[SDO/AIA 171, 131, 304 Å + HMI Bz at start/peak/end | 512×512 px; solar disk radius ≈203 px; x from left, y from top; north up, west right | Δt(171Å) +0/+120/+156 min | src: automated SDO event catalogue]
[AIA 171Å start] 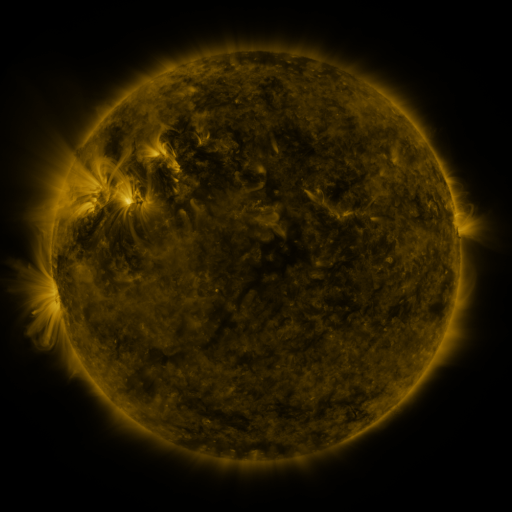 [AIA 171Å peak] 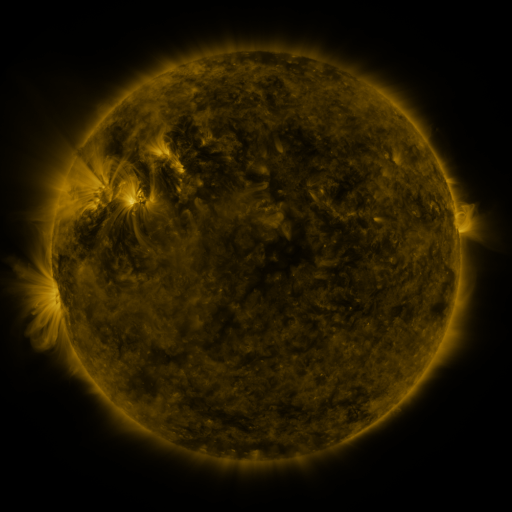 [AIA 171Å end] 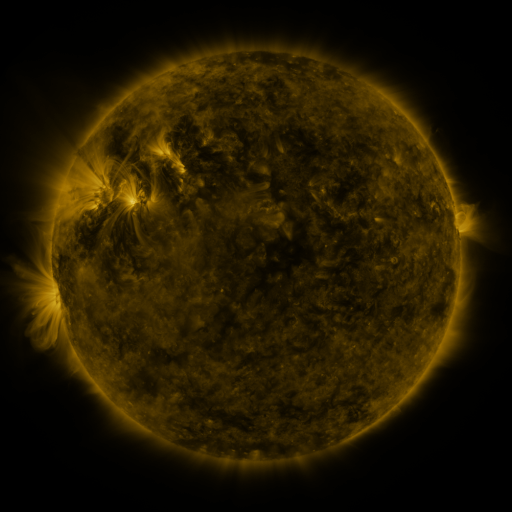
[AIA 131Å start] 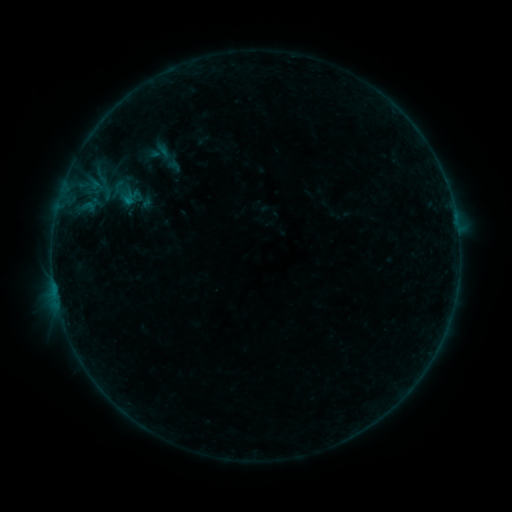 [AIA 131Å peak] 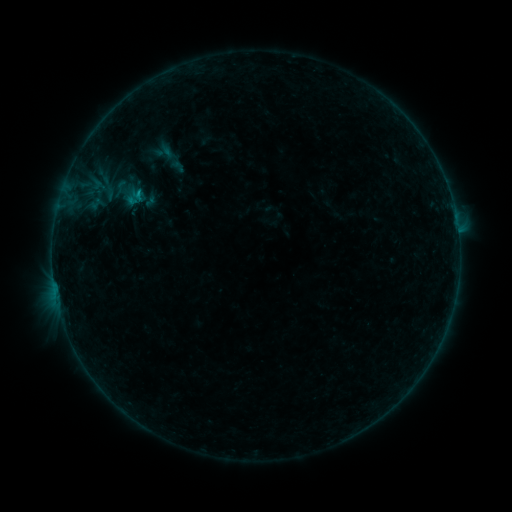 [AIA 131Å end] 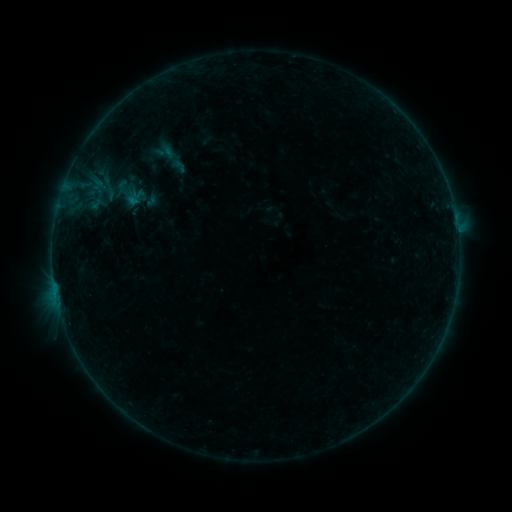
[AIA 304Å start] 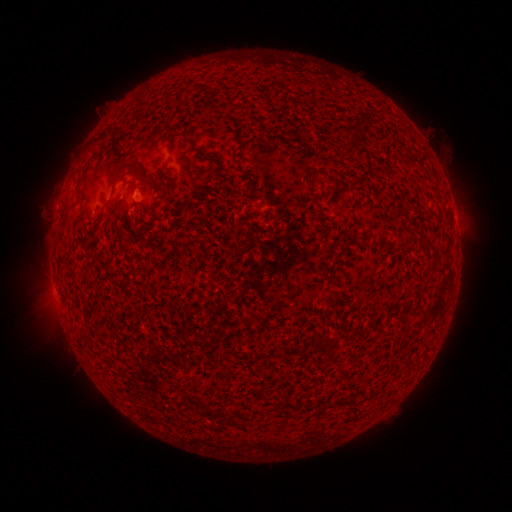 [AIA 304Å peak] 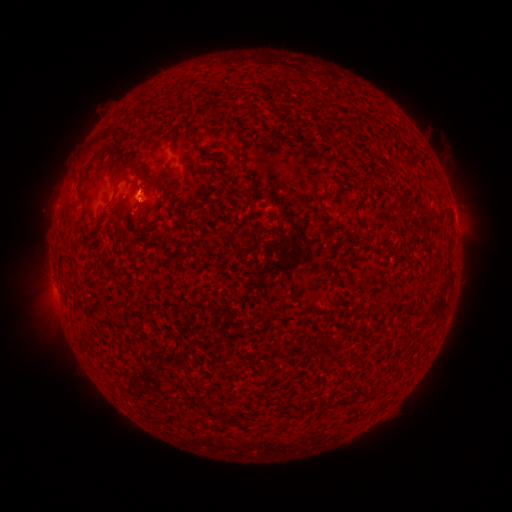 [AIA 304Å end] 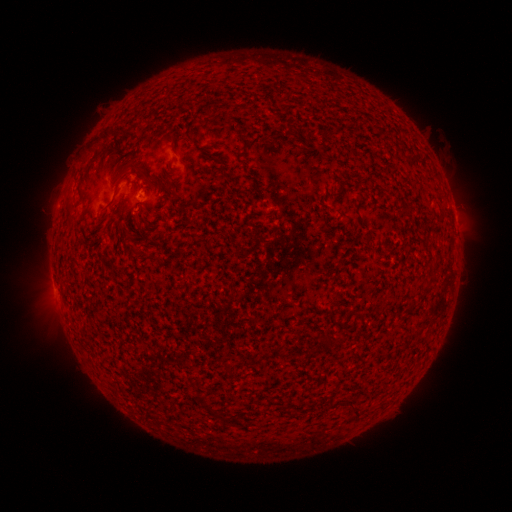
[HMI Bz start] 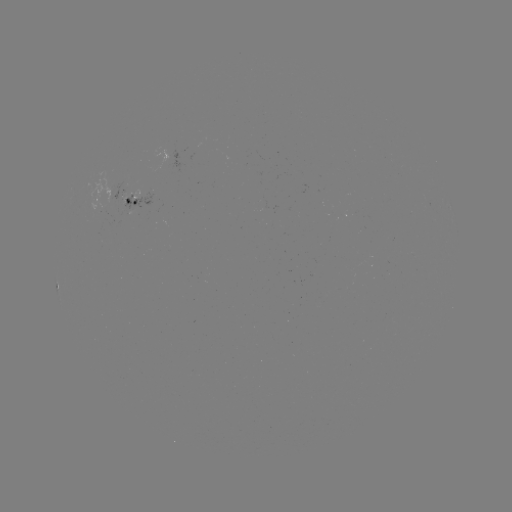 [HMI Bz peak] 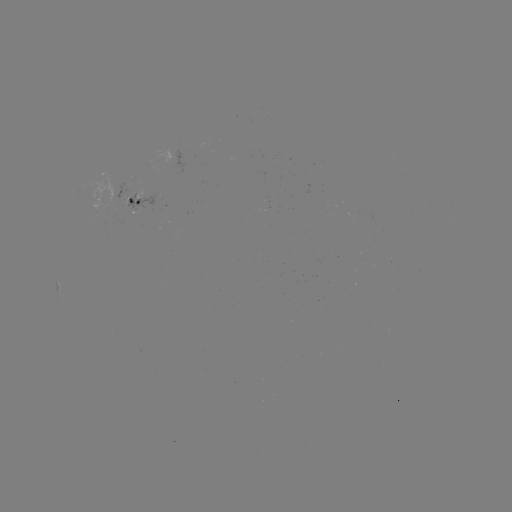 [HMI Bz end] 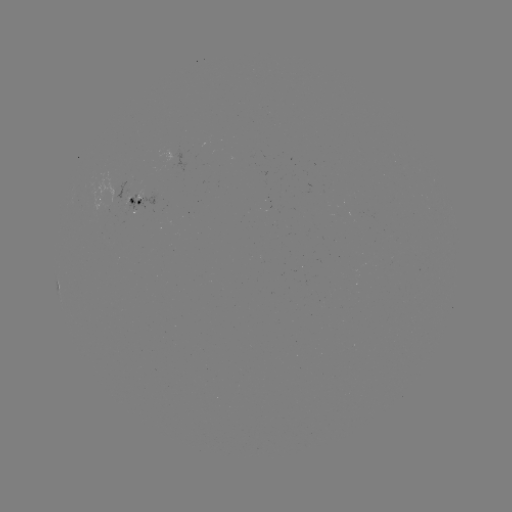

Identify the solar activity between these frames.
emerging-flux region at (108, 191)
